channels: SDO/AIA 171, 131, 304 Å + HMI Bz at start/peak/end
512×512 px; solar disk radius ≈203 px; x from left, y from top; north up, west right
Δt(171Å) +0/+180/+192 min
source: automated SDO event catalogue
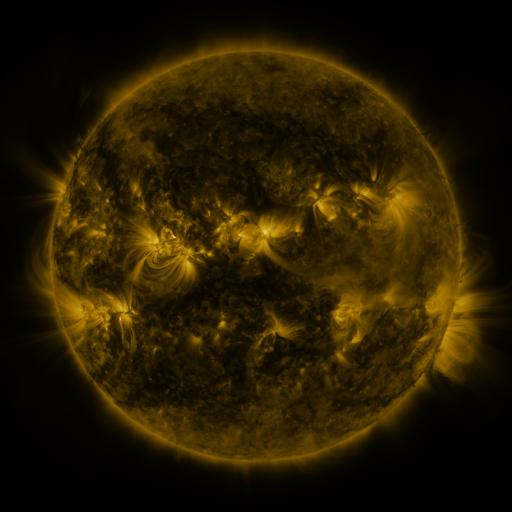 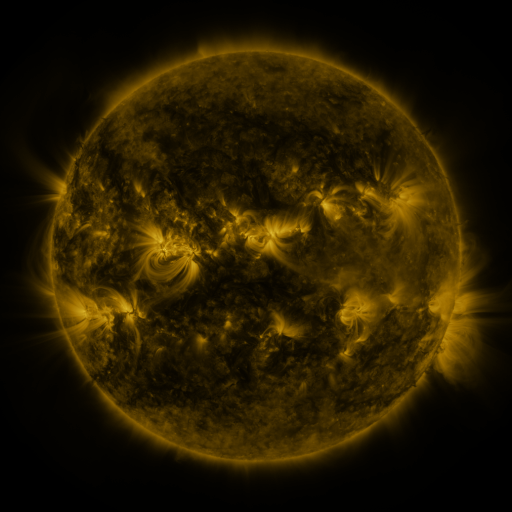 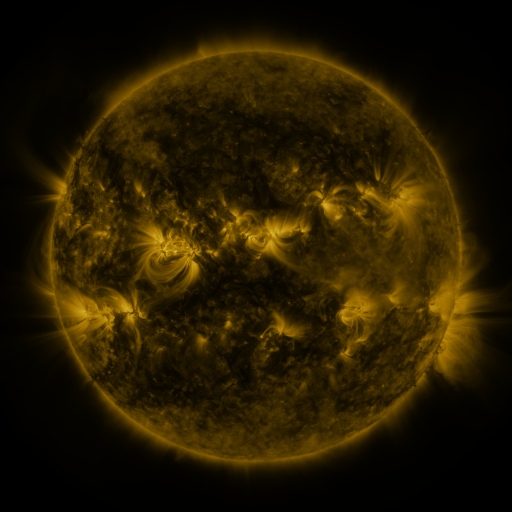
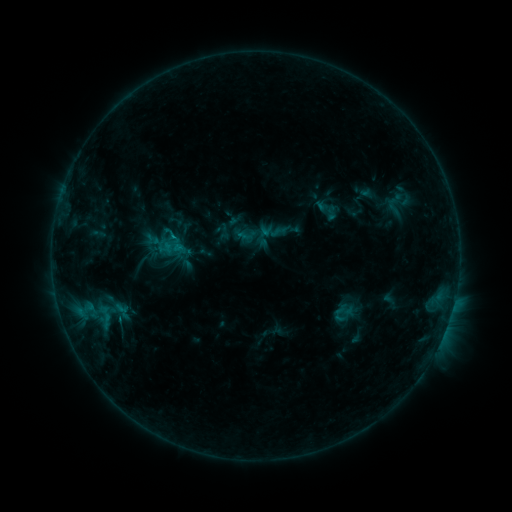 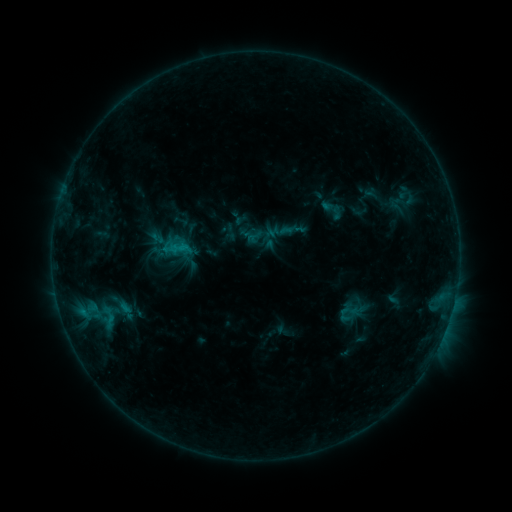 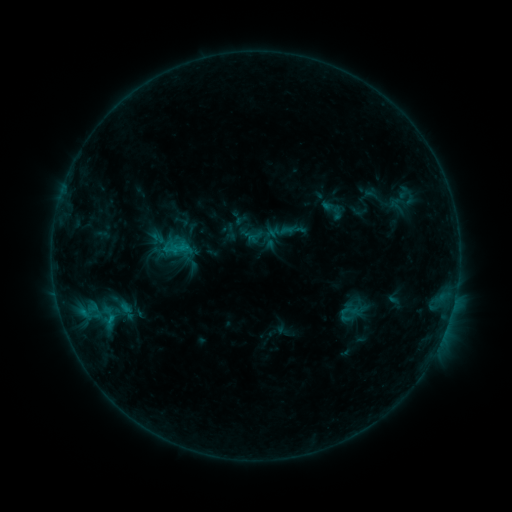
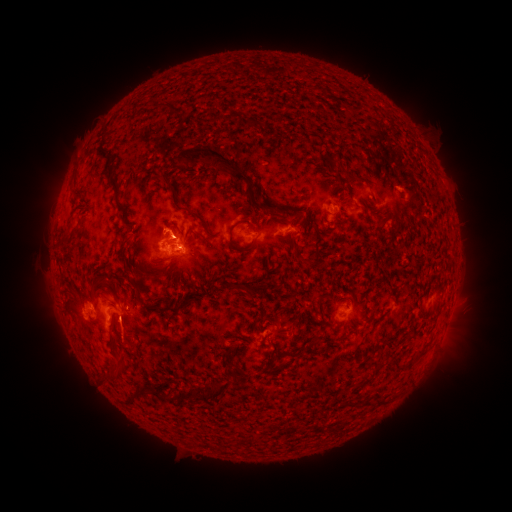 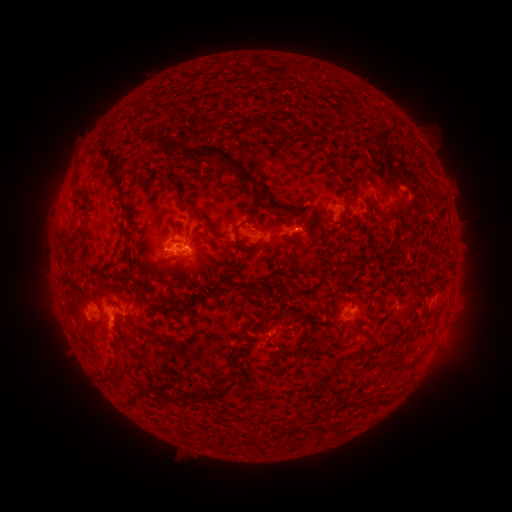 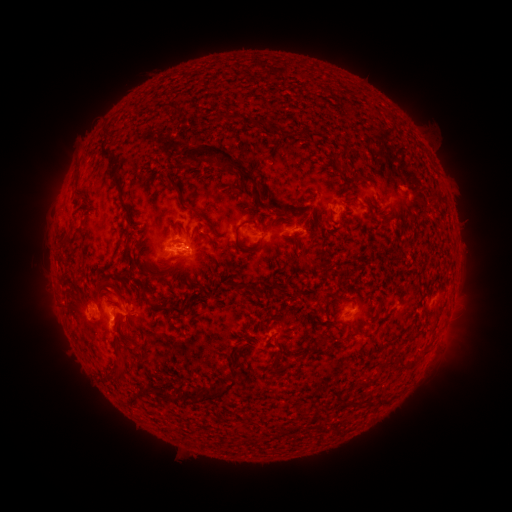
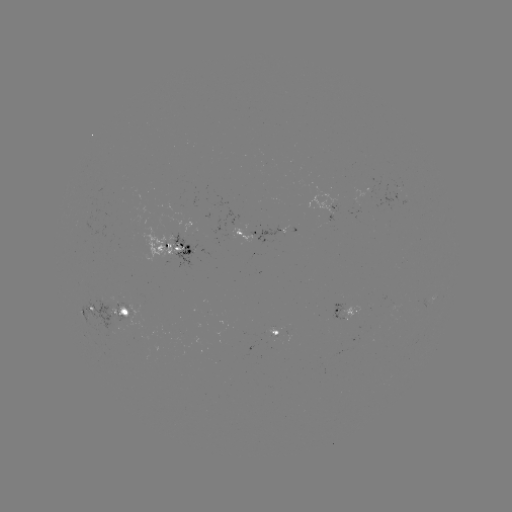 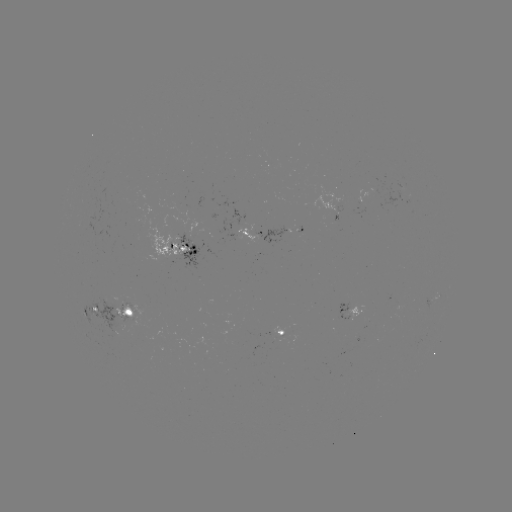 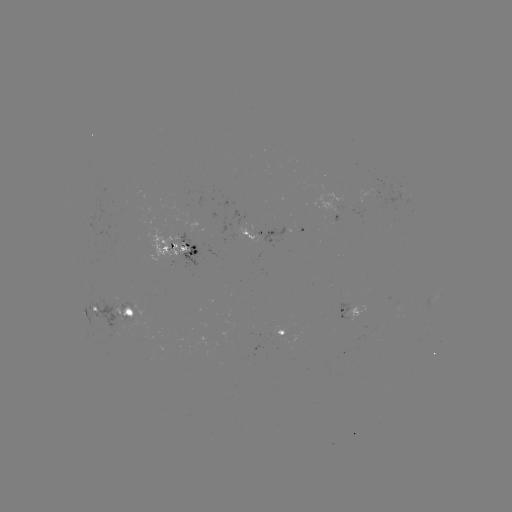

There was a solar emerging-flux region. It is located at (128, 315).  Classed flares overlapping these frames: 2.